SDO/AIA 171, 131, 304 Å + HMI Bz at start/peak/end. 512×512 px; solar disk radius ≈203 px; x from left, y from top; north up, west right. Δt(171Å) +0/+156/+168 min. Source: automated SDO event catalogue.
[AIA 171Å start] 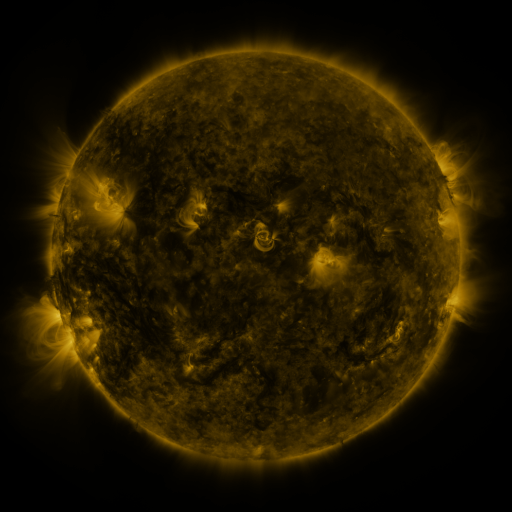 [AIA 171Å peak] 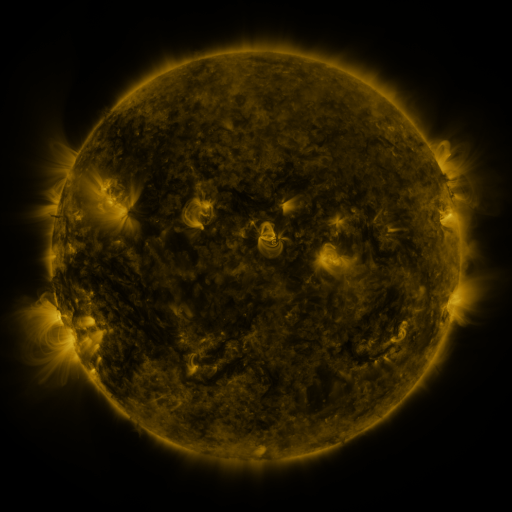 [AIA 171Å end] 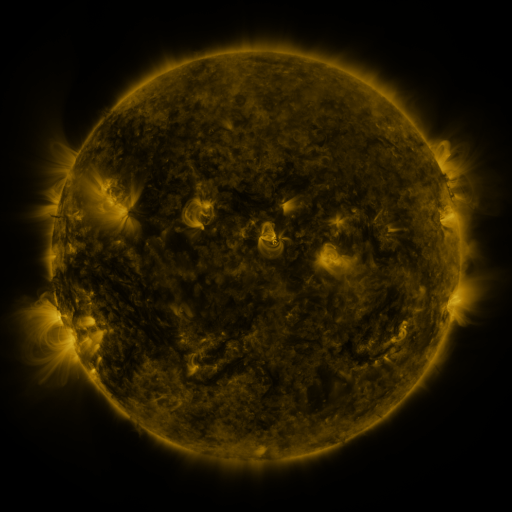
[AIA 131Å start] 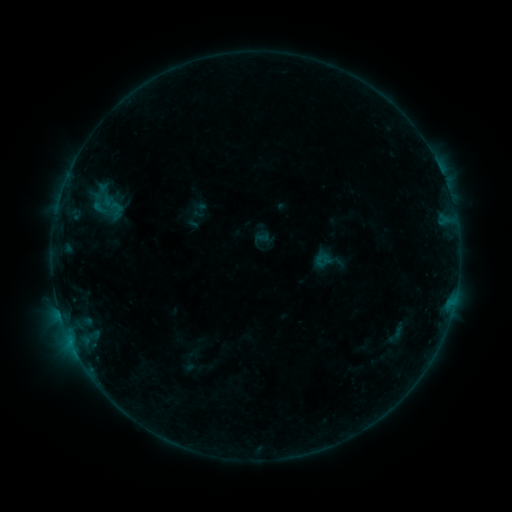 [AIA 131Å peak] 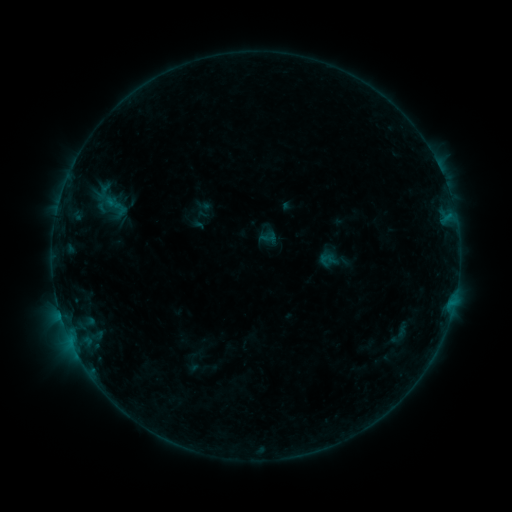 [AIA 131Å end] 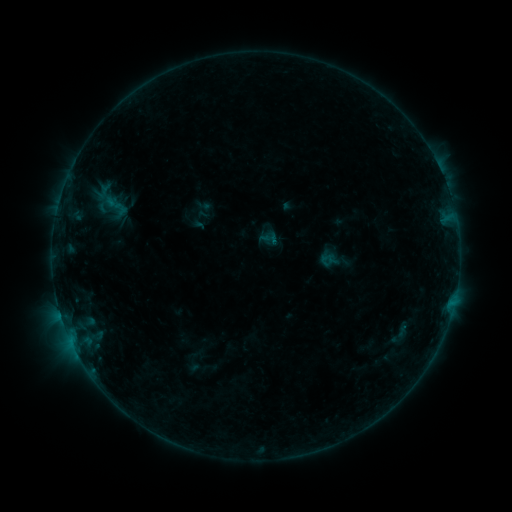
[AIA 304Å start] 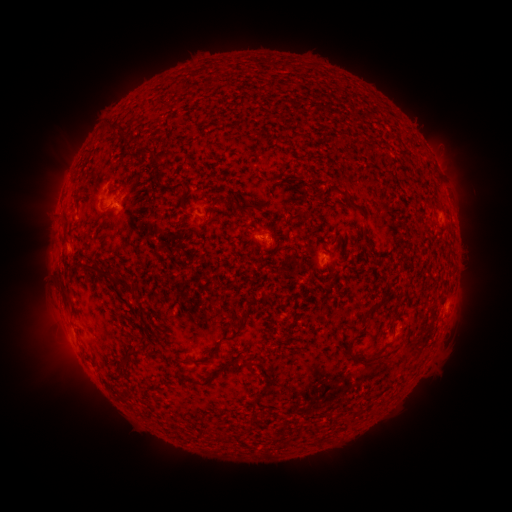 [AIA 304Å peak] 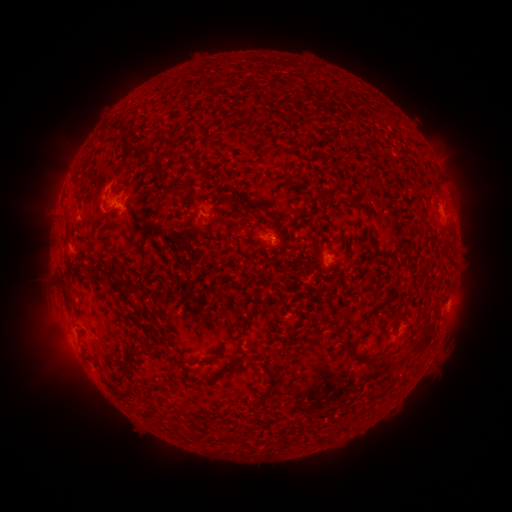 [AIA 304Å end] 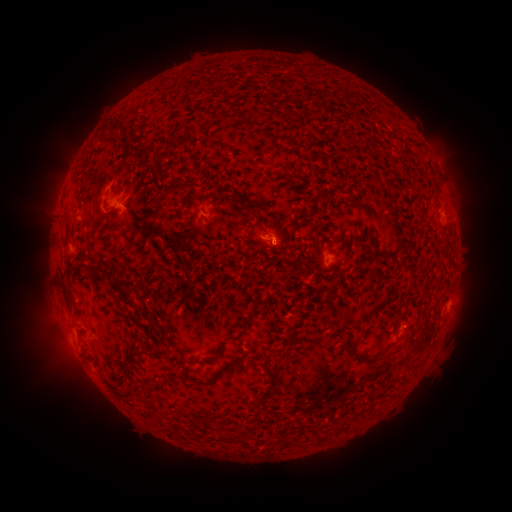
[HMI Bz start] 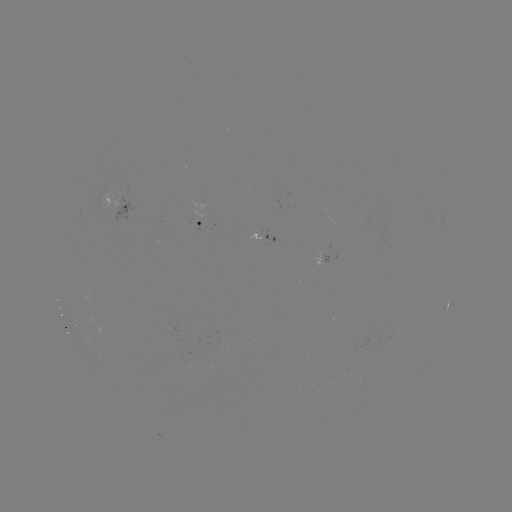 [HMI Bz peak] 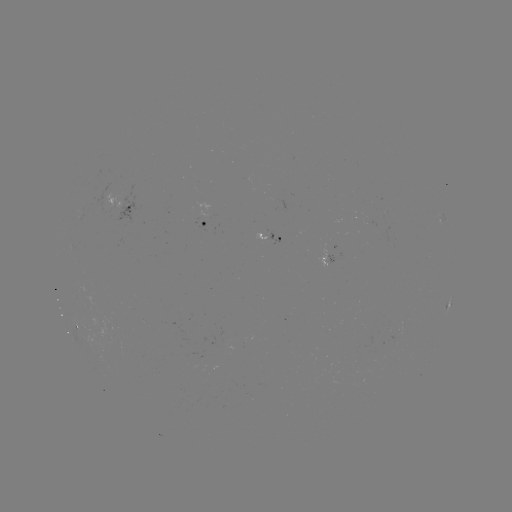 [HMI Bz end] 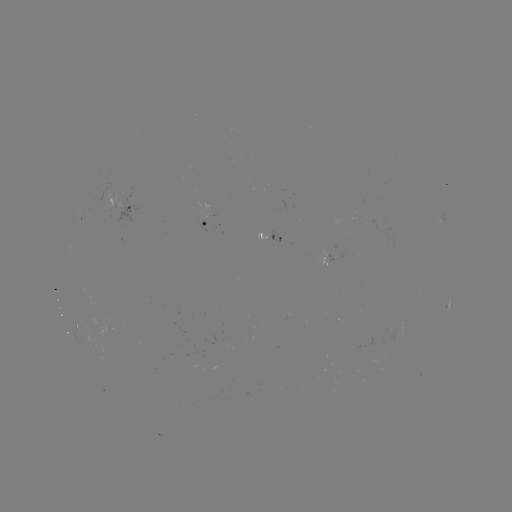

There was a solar emerging-flux region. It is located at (264, 233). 